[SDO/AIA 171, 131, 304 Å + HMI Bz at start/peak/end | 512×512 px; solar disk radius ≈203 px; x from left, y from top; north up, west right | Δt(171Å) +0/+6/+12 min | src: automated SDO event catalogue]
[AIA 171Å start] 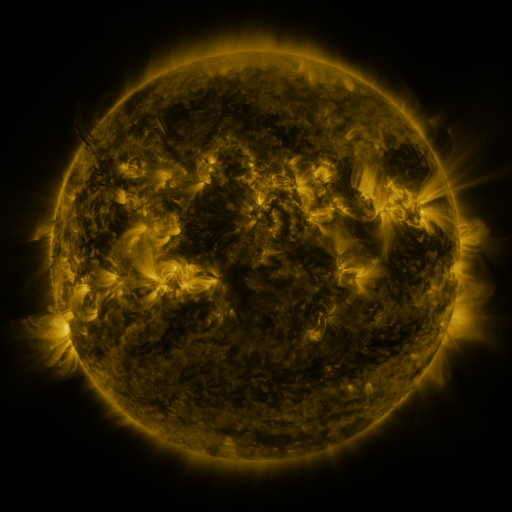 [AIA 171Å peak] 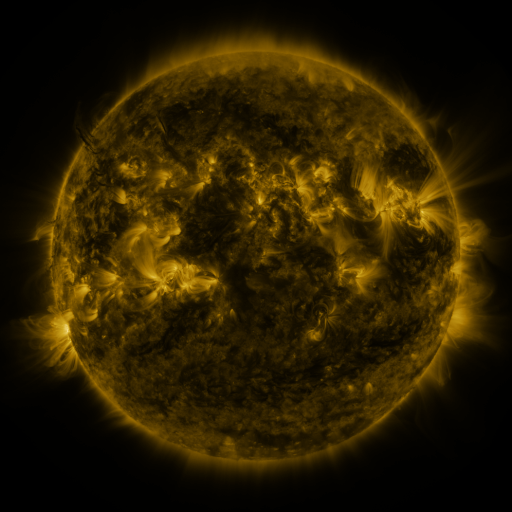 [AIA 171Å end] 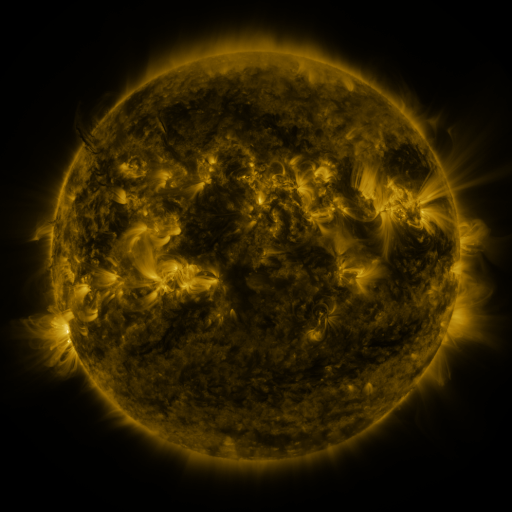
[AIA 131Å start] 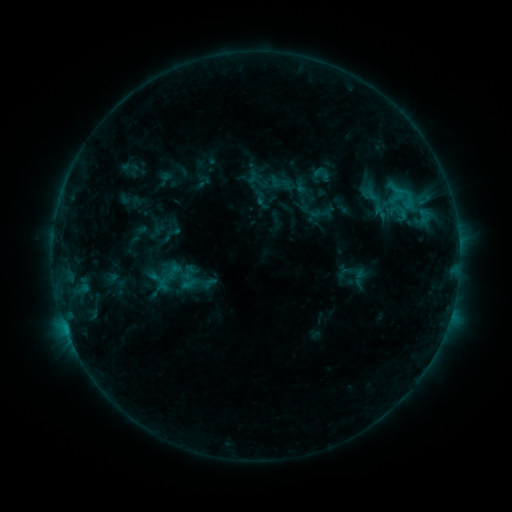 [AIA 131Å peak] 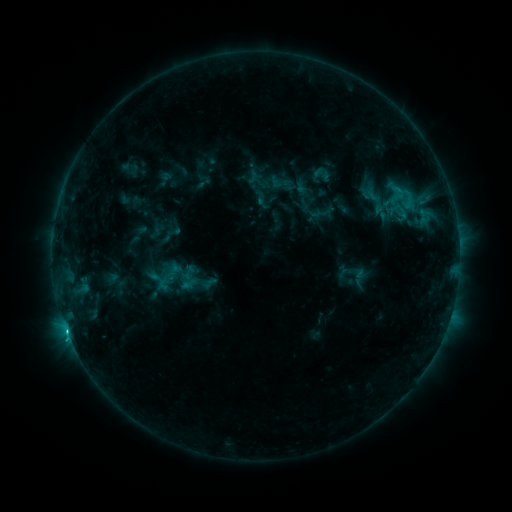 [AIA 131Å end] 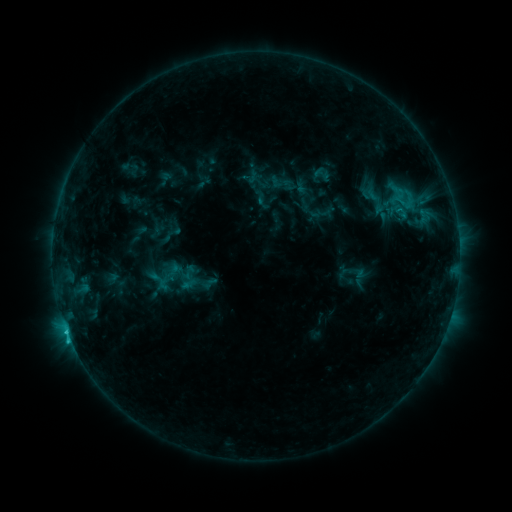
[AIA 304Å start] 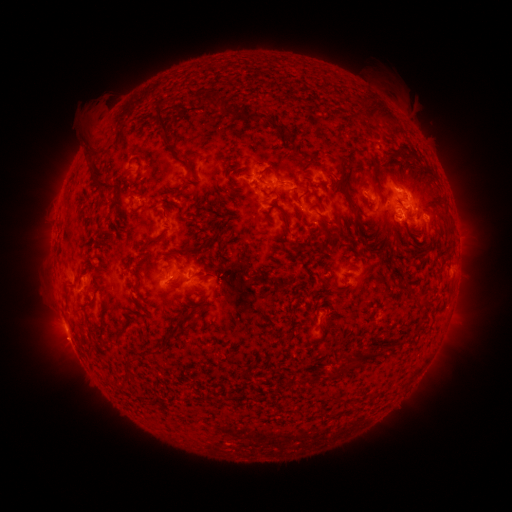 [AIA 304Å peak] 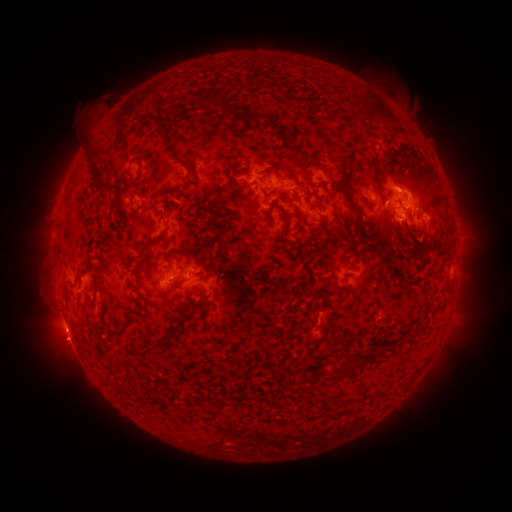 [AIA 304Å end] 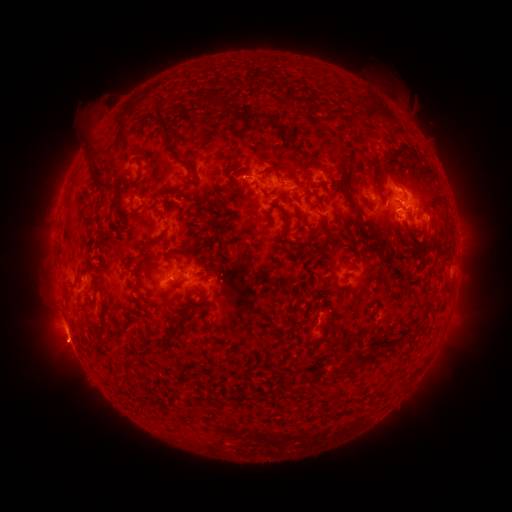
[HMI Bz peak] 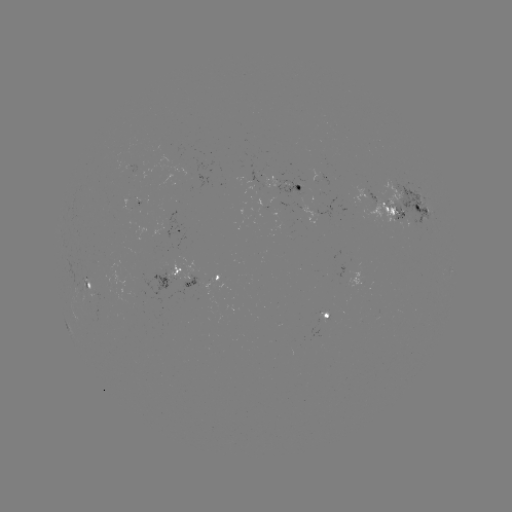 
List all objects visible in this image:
C1.8 flare: (68, 331)
